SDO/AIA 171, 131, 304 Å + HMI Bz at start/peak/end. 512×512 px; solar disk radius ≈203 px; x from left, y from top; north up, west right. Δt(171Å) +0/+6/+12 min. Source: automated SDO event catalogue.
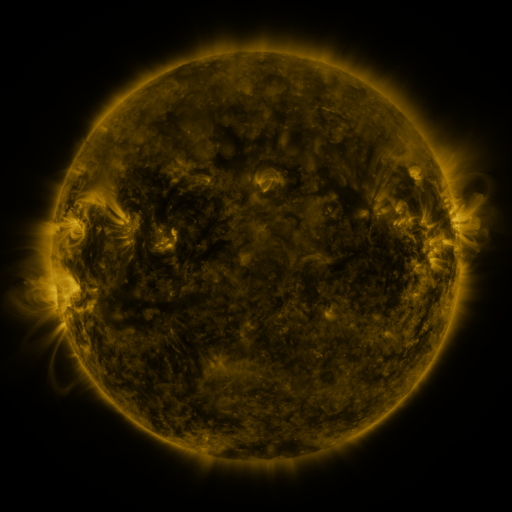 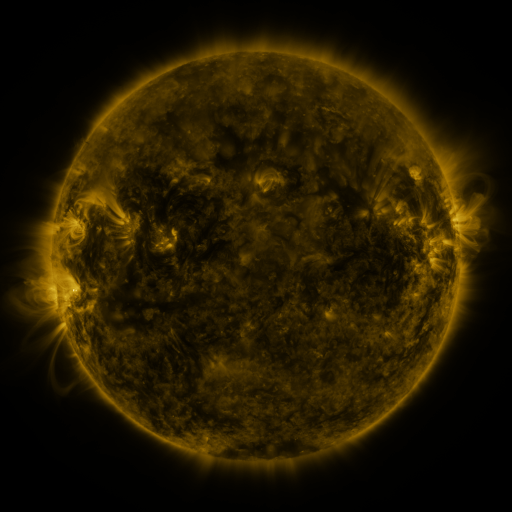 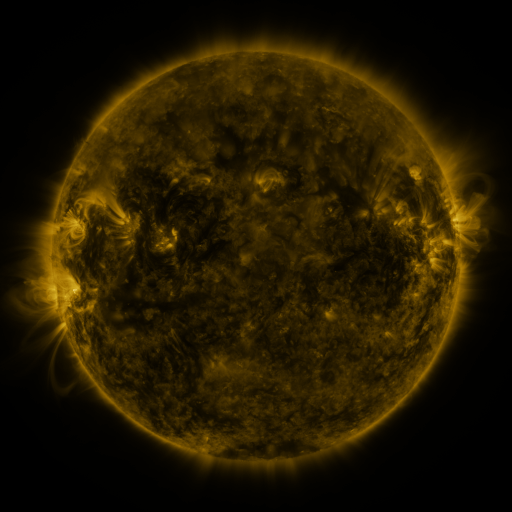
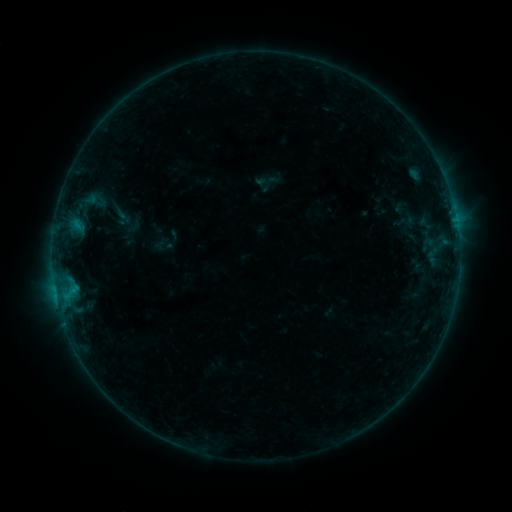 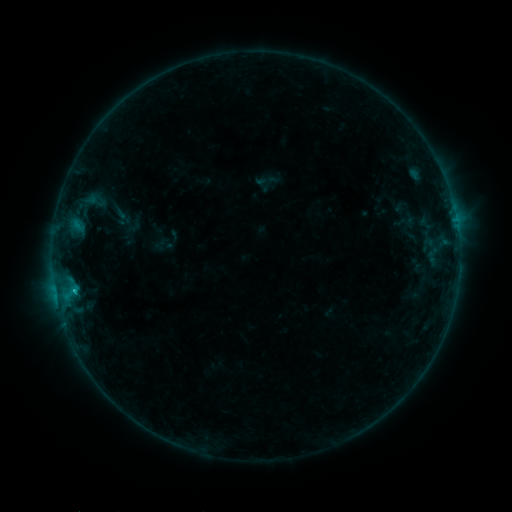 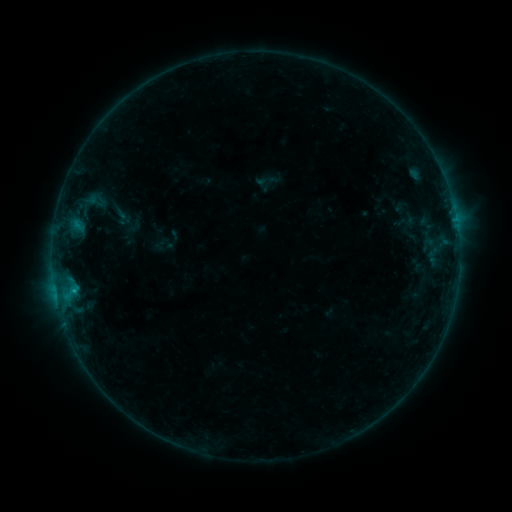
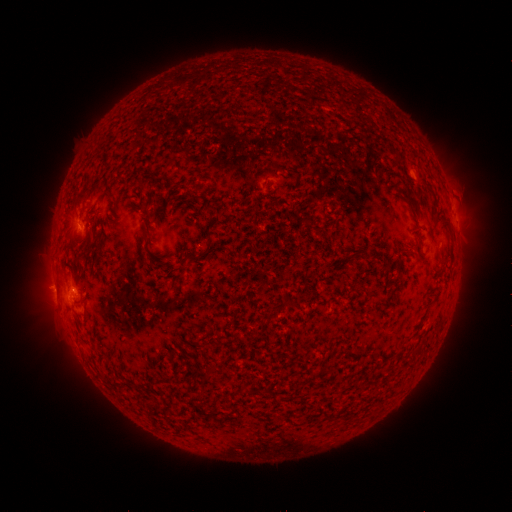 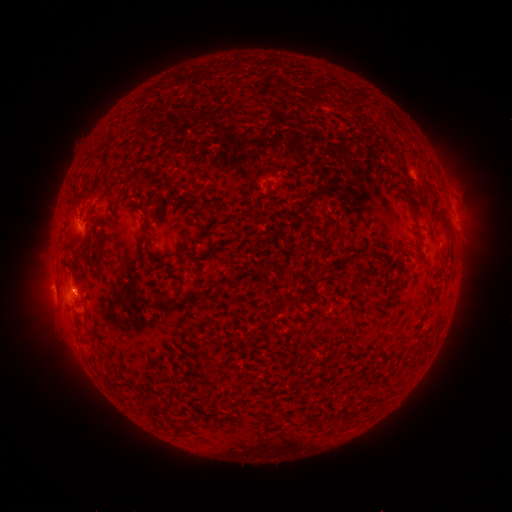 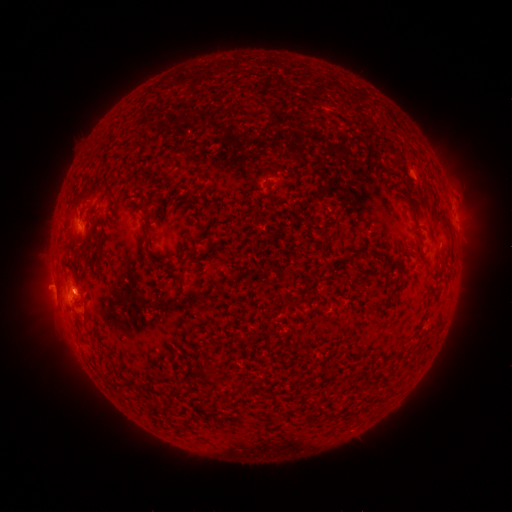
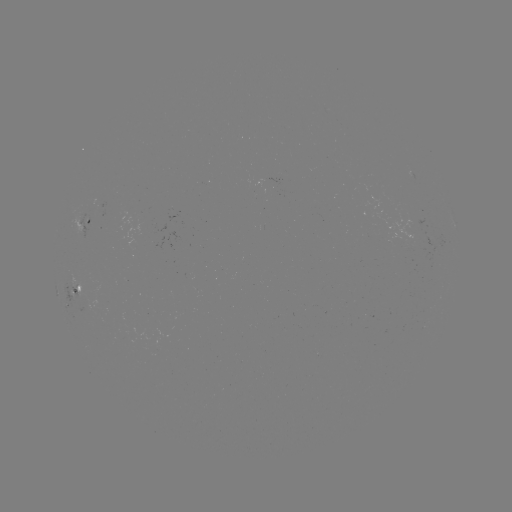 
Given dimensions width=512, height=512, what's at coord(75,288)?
B7.7 flare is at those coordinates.